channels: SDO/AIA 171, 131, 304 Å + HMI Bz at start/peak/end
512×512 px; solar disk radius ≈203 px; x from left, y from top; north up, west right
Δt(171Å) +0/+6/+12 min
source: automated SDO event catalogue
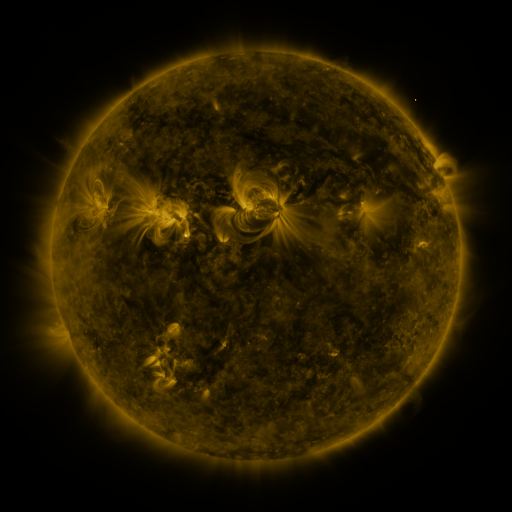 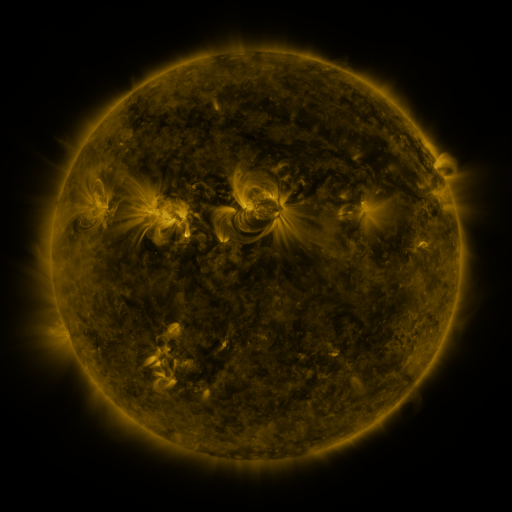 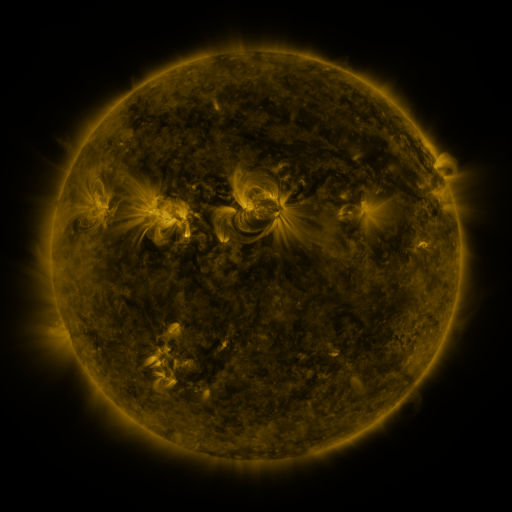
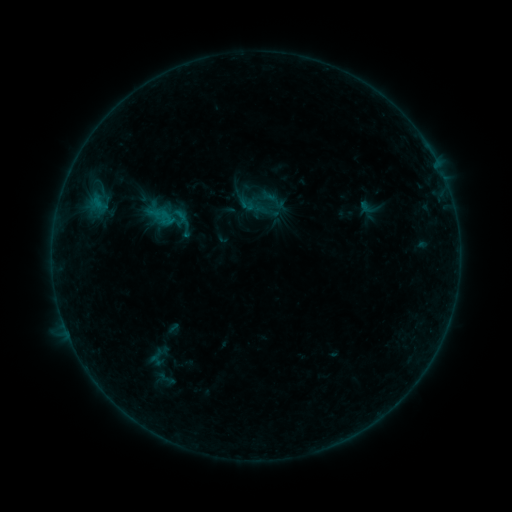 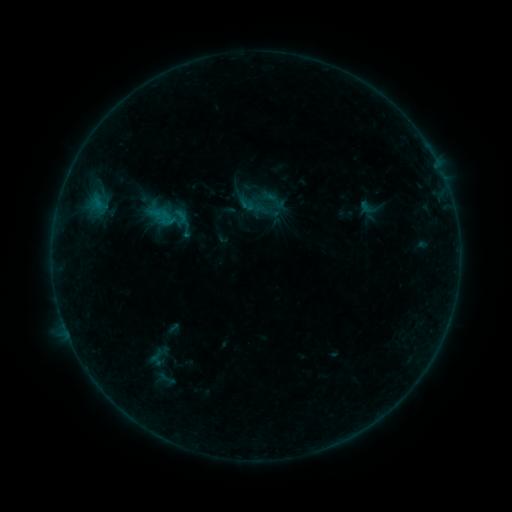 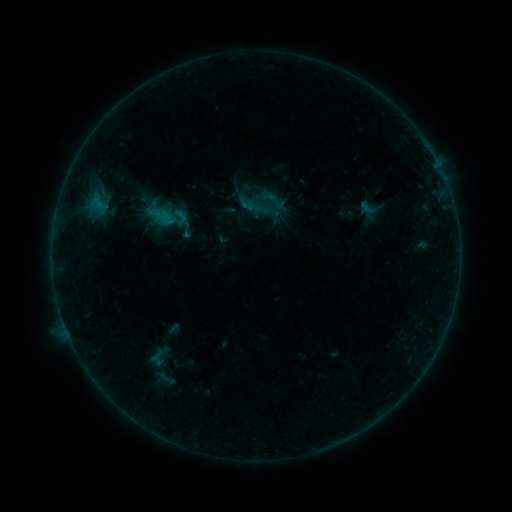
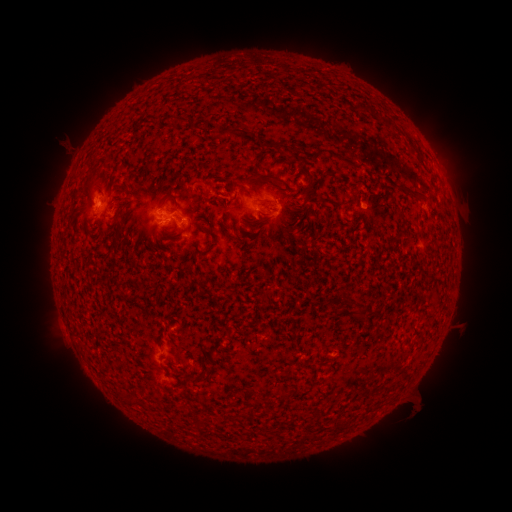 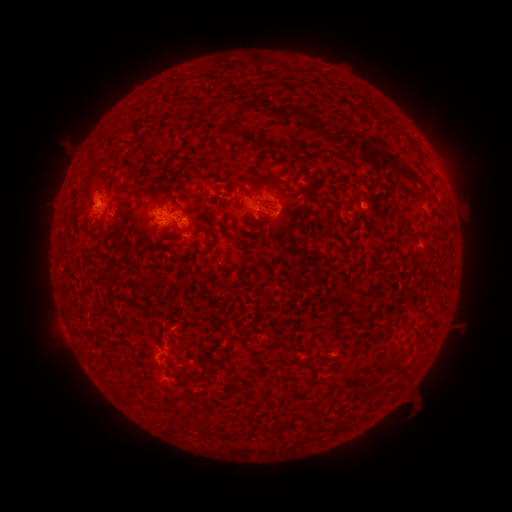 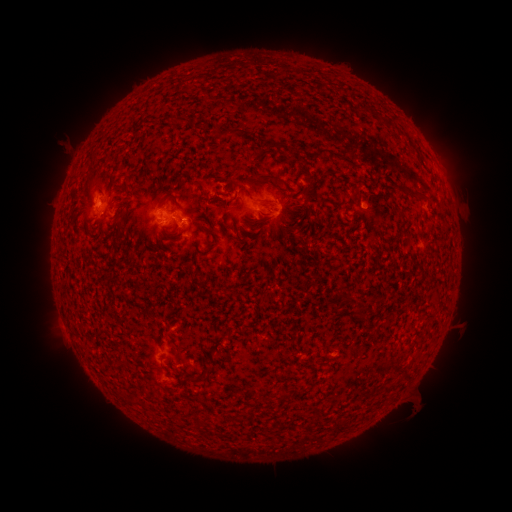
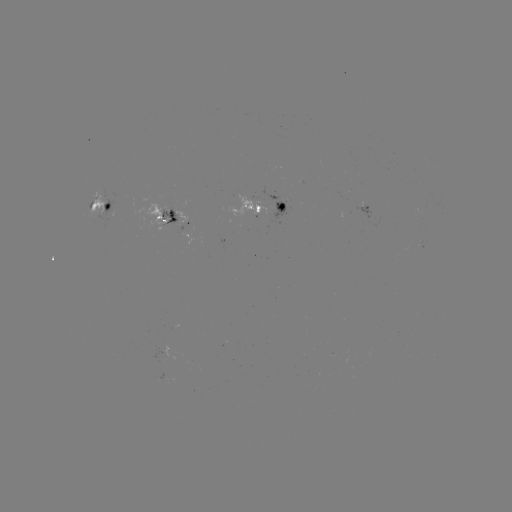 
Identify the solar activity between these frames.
no classed flare was catalogued and no EUV brightening was flagged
